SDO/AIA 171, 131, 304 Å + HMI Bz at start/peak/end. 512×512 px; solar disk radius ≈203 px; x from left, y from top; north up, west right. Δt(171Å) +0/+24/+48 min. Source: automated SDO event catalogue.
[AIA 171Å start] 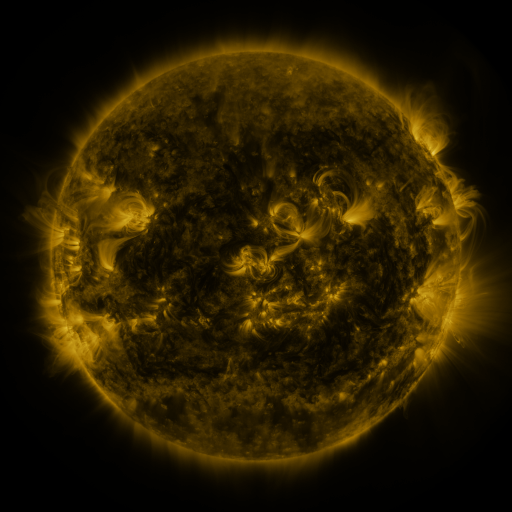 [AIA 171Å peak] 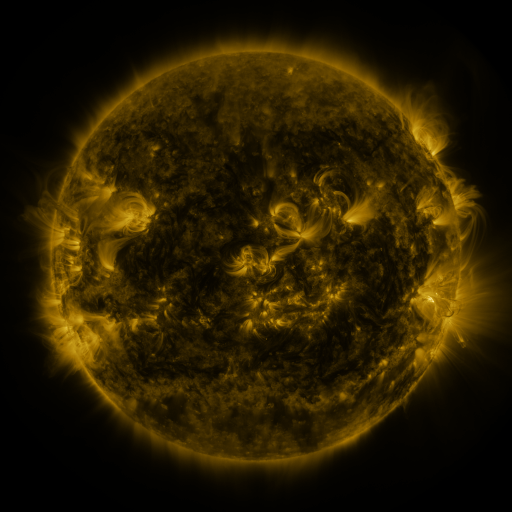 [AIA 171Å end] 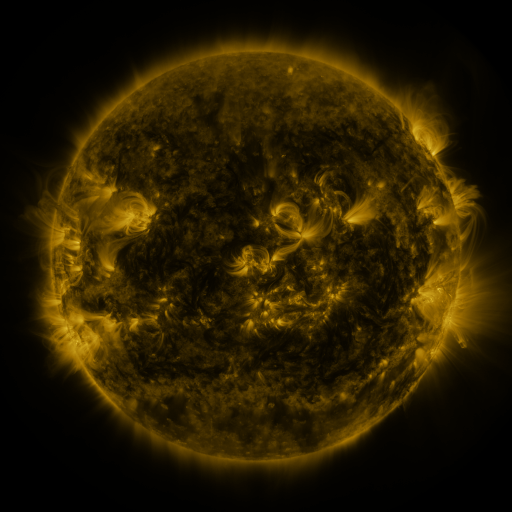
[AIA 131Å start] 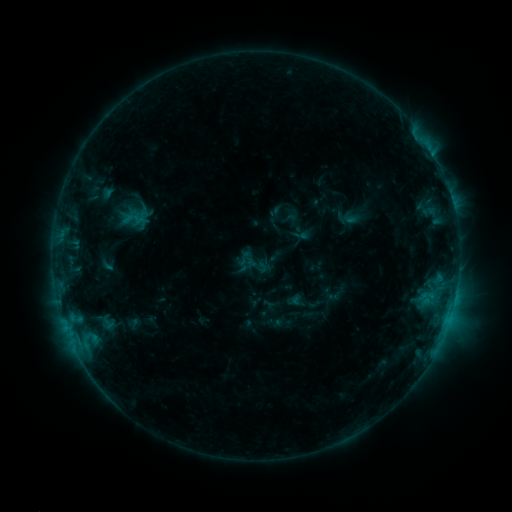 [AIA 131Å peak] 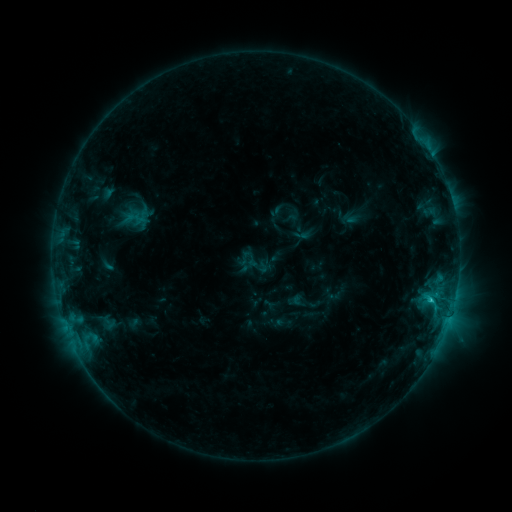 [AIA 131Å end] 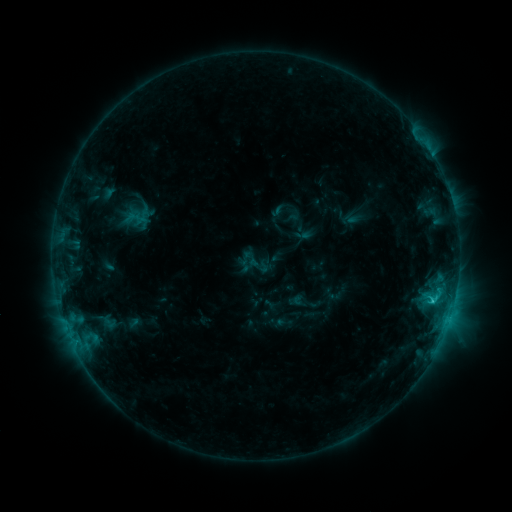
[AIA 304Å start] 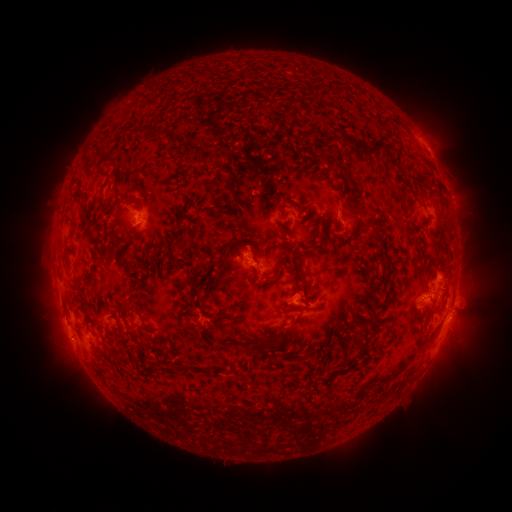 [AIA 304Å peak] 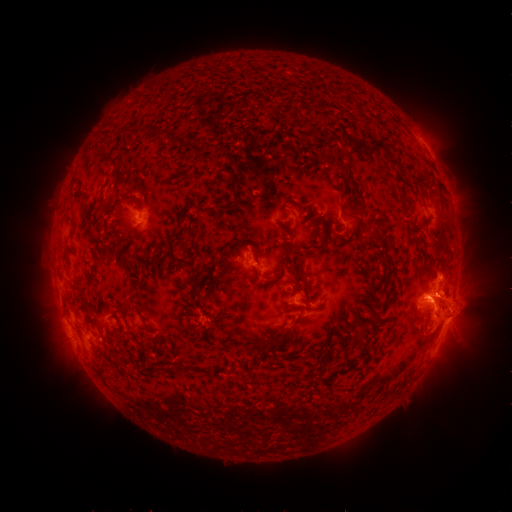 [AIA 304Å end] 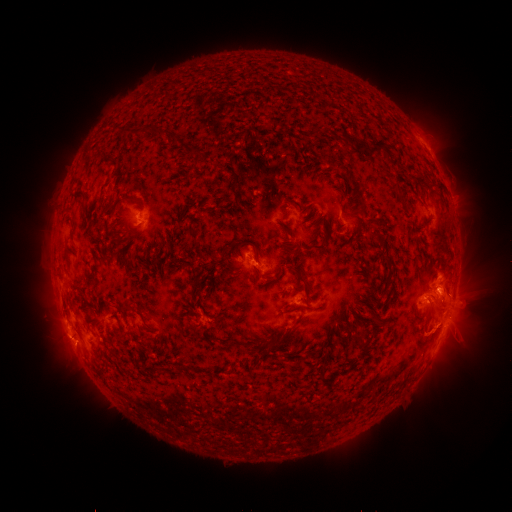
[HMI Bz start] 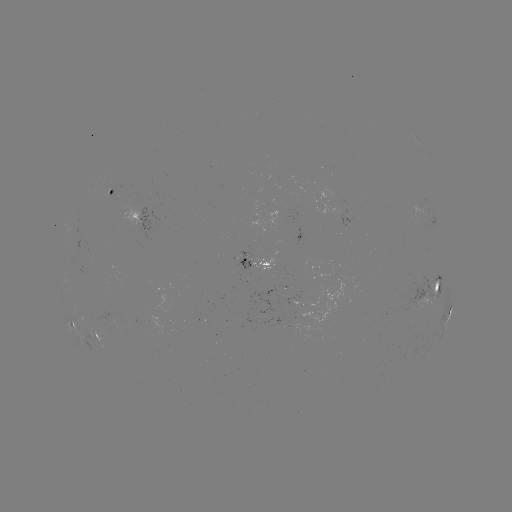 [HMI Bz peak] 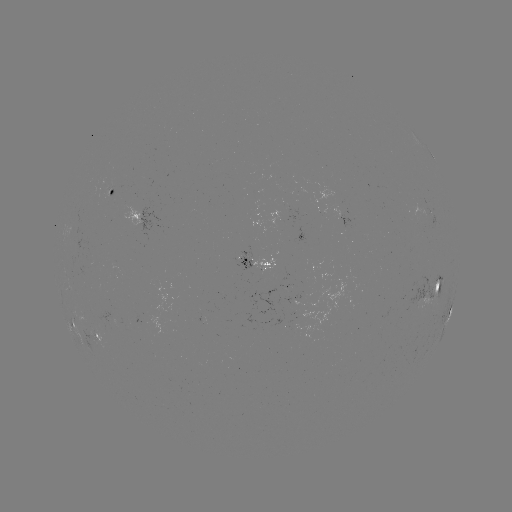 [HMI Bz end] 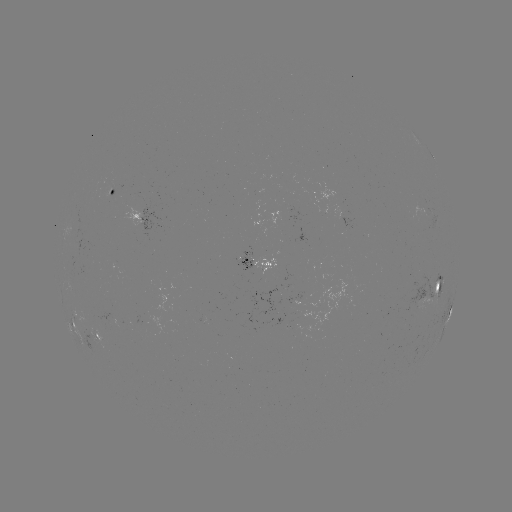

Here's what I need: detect eruption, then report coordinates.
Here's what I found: eruption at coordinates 450,305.